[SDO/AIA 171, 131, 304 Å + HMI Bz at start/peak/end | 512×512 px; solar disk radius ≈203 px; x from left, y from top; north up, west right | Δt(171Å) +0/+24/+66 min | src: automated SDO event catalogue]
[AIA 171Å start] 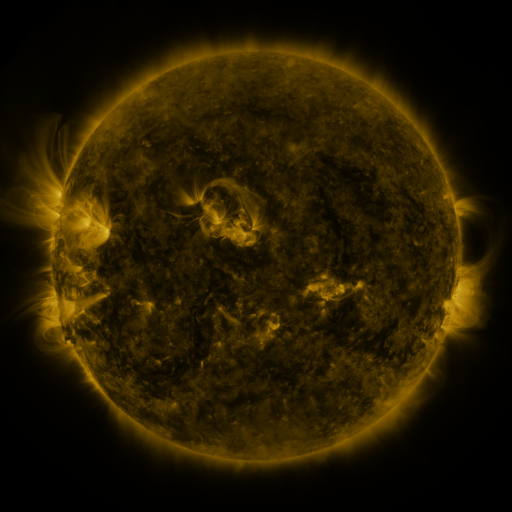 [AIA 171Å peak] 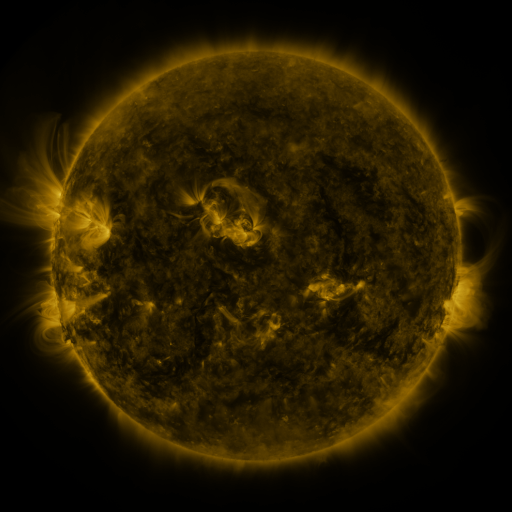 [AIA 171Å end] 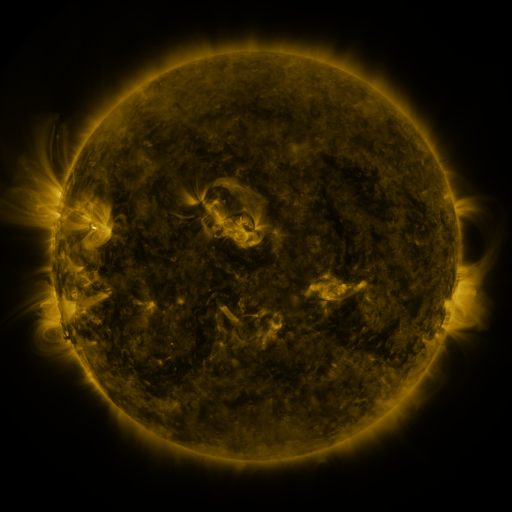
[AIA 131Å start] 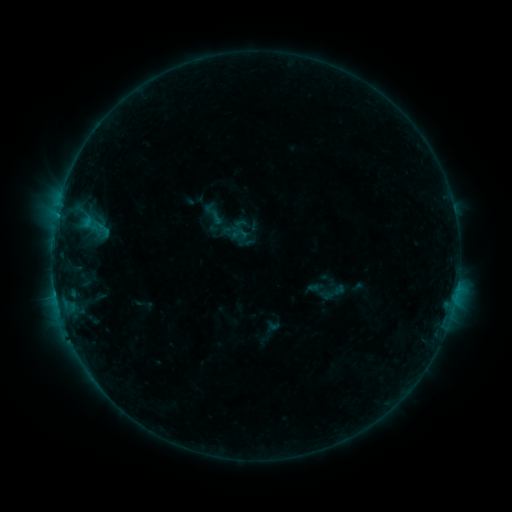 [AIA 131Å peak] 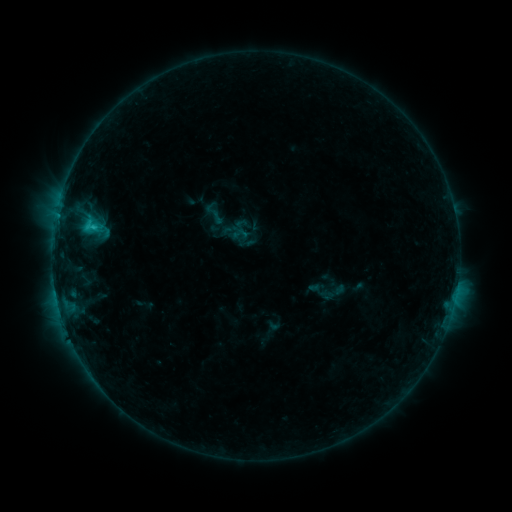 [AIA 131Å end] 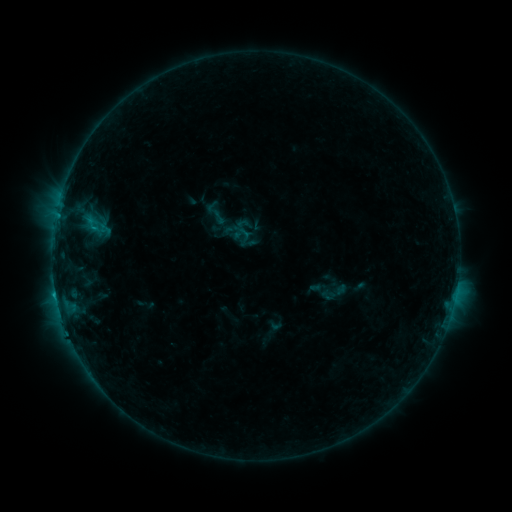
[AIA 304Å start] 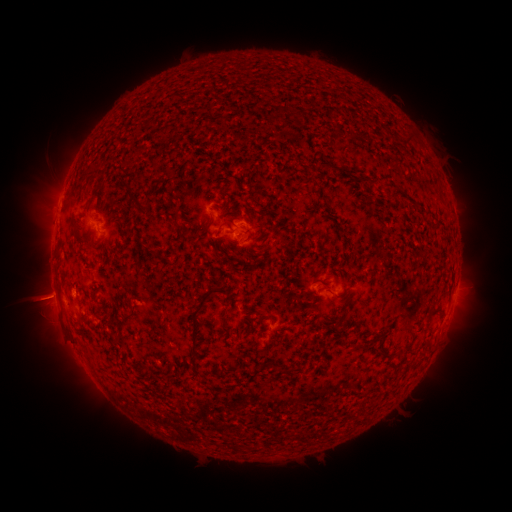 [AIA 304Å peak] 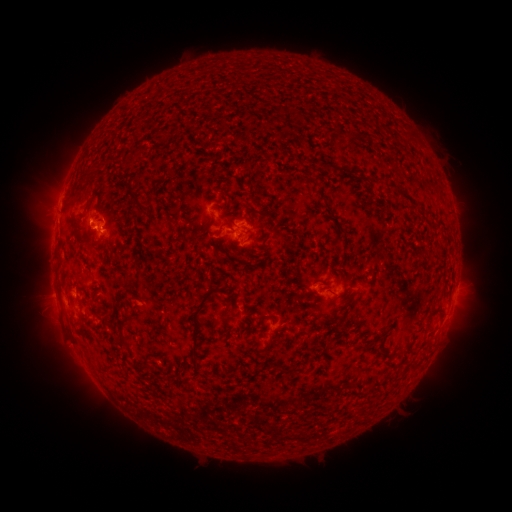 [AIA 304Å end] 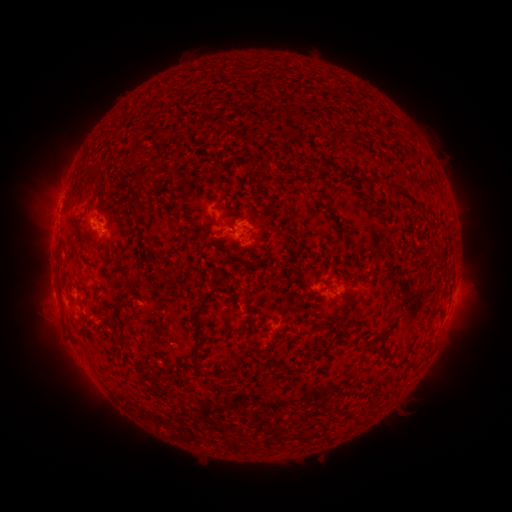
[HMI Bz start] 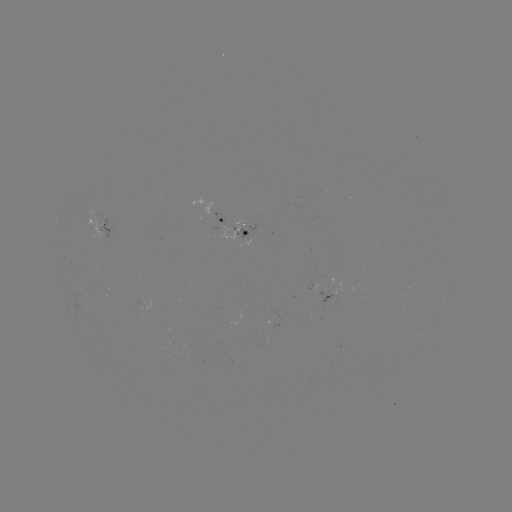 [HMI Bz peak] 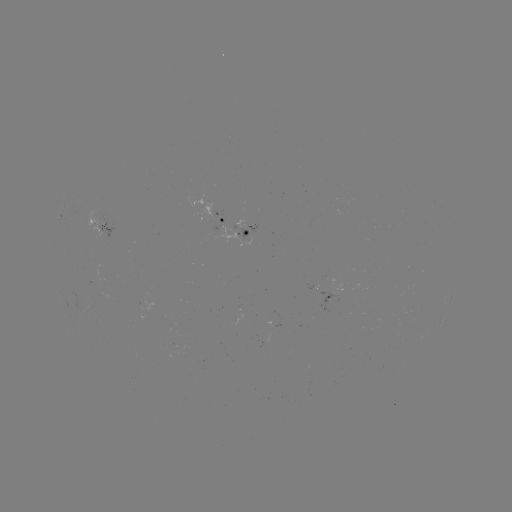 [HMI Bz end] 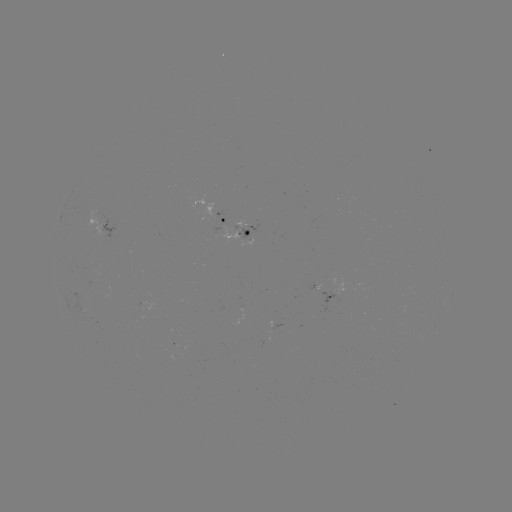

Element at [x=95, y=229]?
C1.4 flare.